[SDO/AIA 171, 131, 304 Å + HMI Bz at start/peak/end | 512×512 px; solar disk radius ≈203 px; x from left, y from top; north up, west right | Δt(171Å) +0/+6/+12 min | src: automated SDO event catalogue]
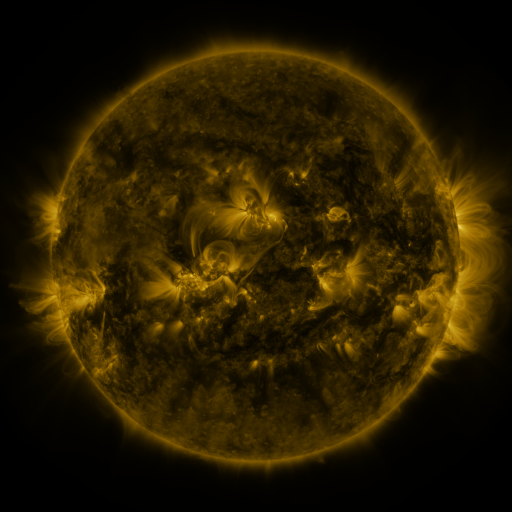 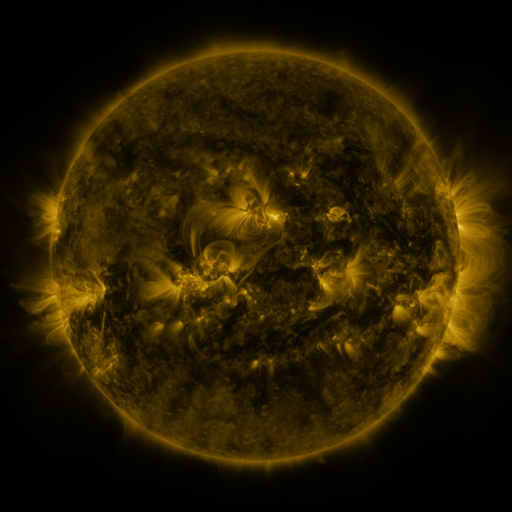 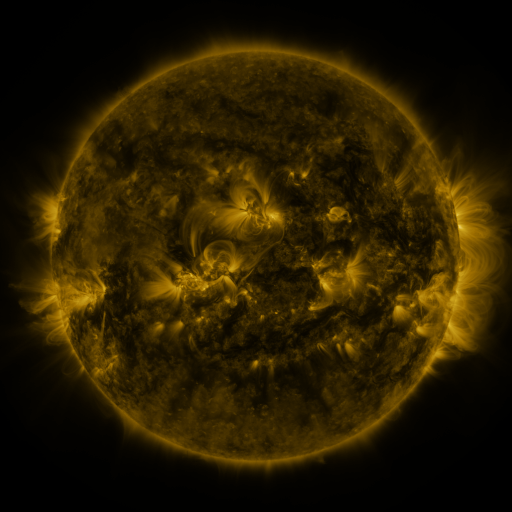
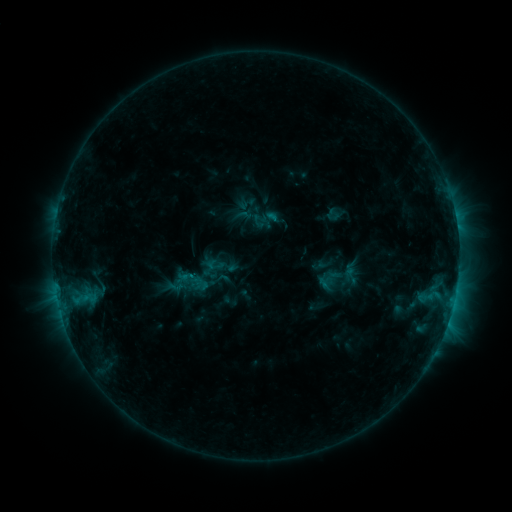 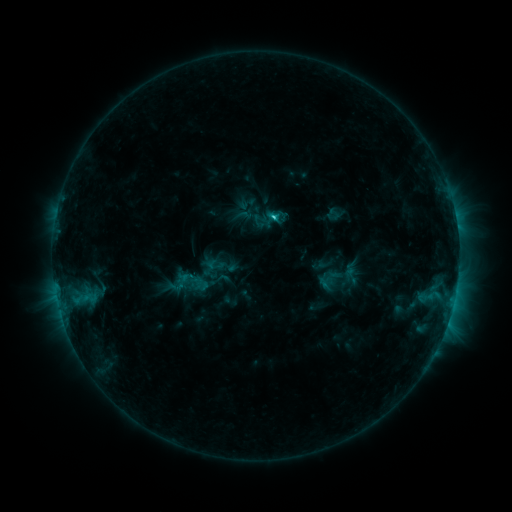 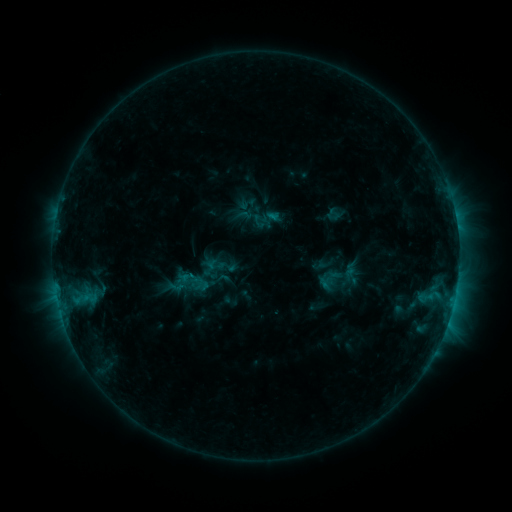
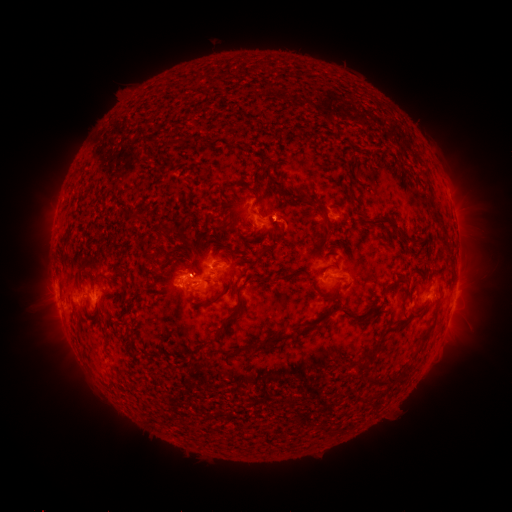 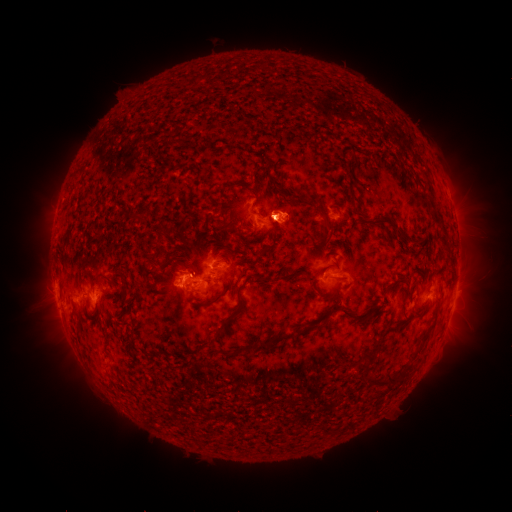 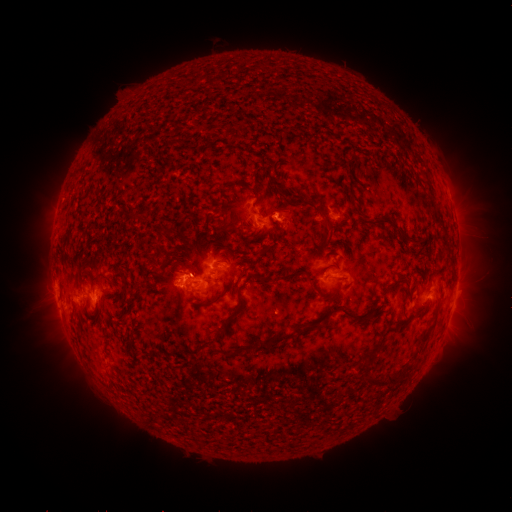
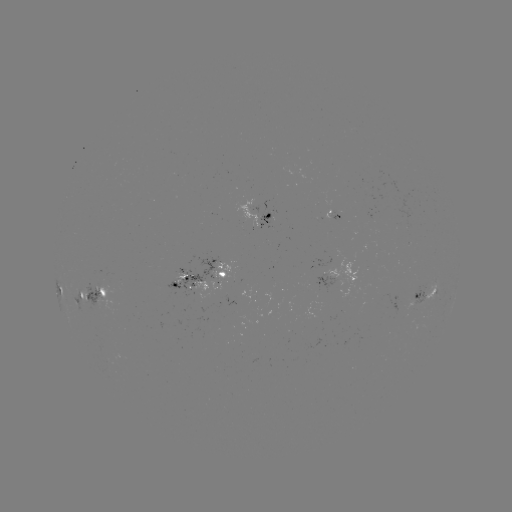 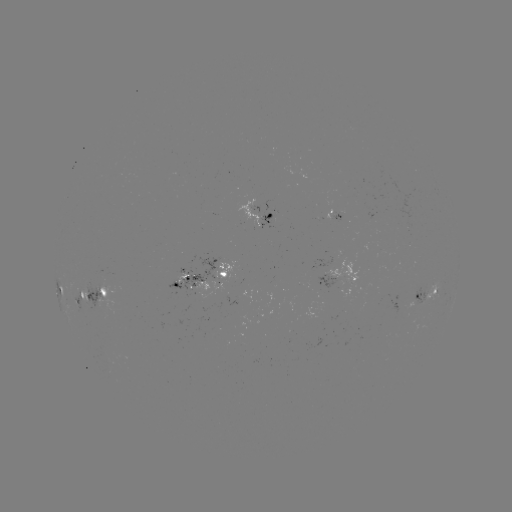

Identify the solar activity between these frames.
C1.7 flare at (270, 218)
